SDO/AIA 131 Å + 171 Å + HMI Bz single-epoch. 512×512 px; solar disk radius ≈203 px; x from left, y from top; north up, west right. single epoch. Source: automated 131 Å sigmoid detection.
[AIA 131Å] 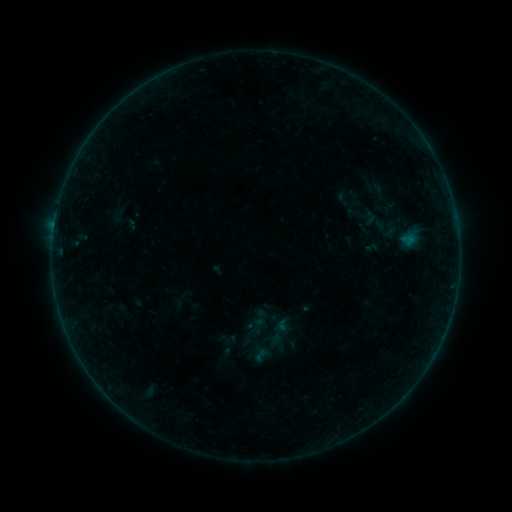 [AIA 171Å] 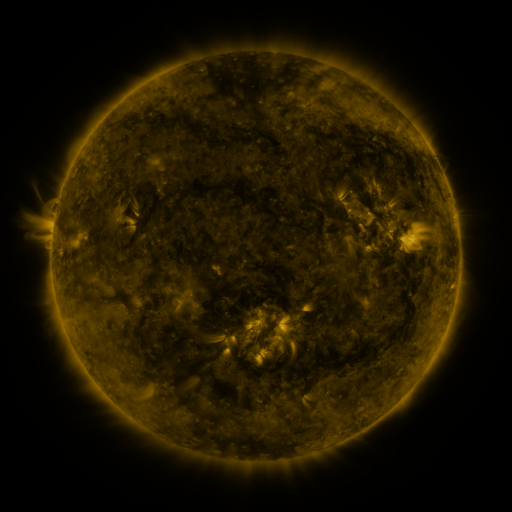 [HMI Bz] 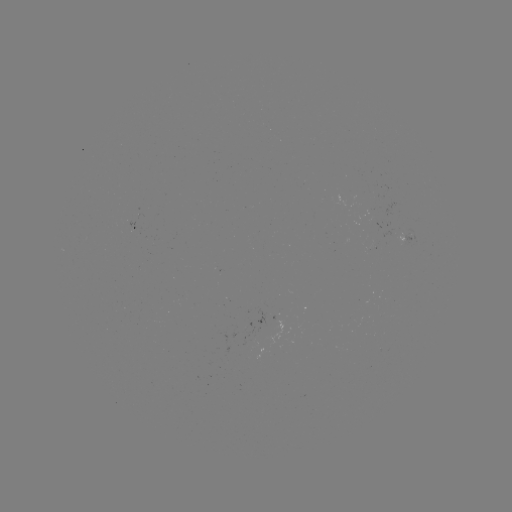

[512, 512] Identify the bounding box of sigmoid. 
[250, 308, 271, 328].